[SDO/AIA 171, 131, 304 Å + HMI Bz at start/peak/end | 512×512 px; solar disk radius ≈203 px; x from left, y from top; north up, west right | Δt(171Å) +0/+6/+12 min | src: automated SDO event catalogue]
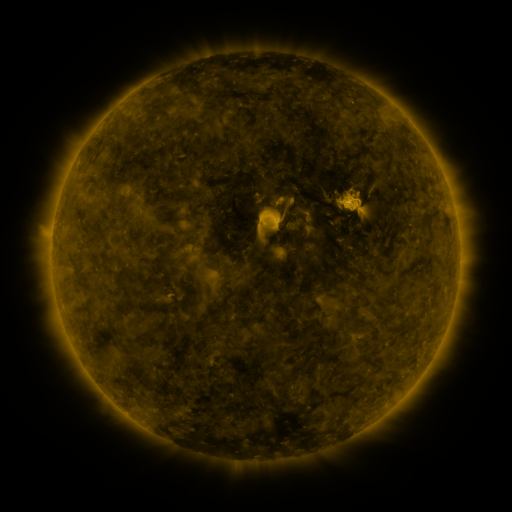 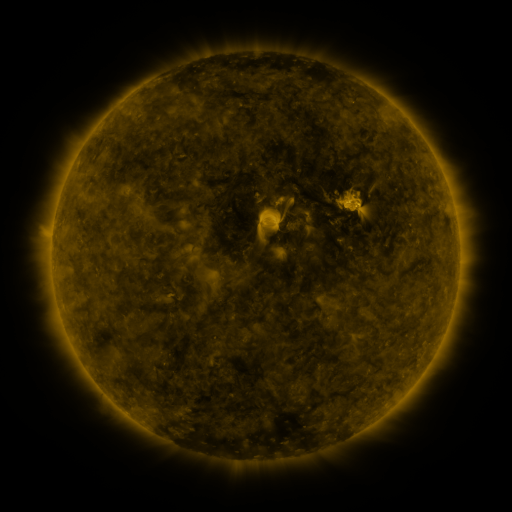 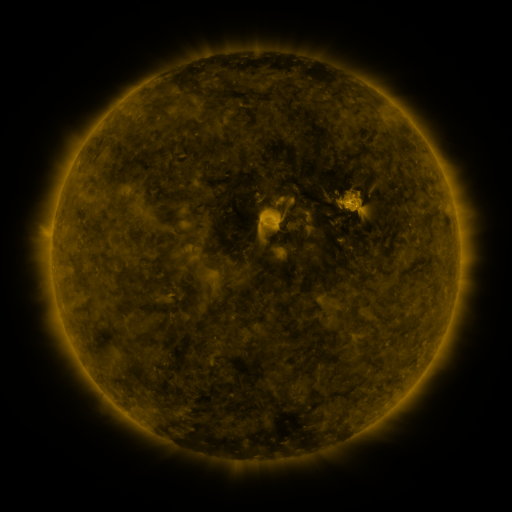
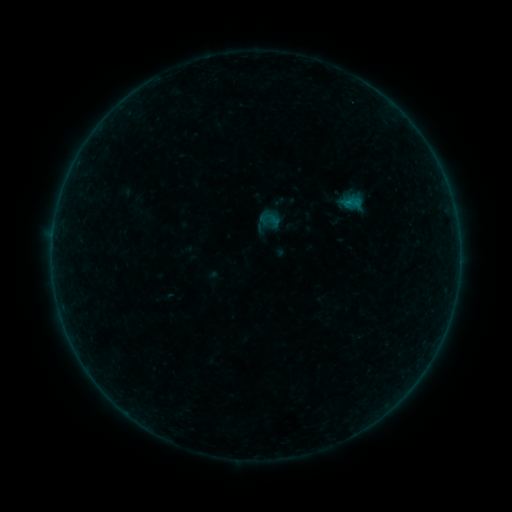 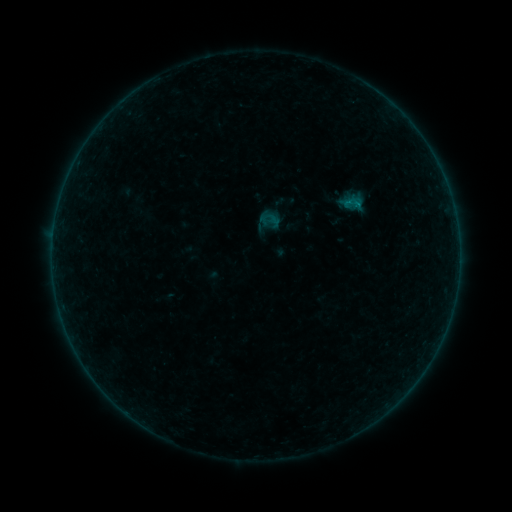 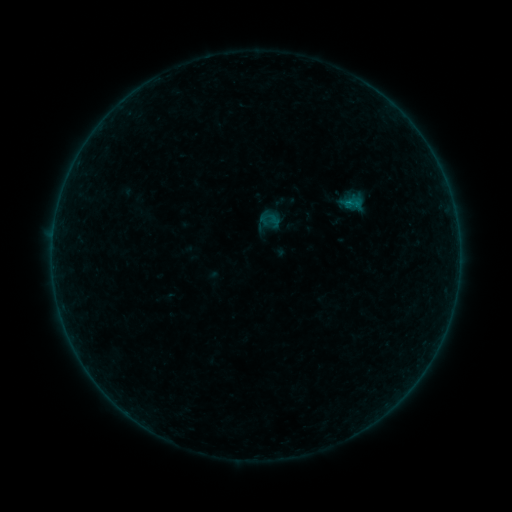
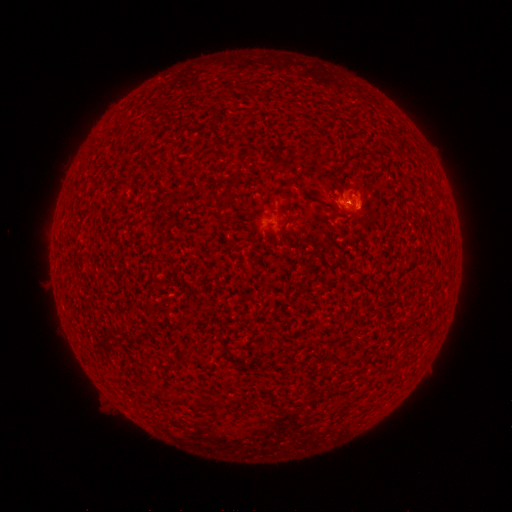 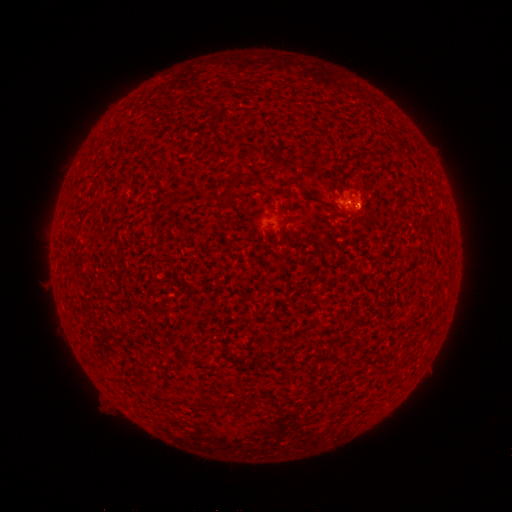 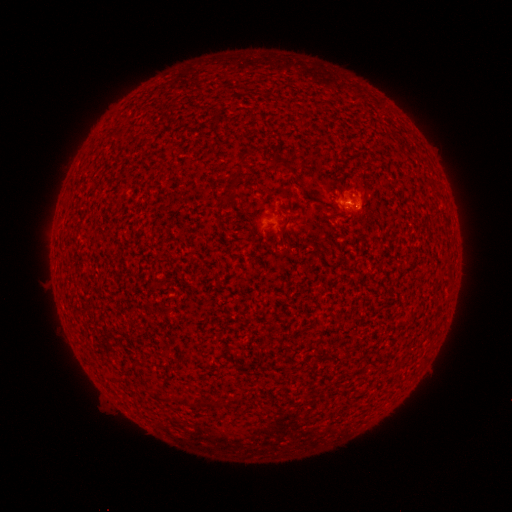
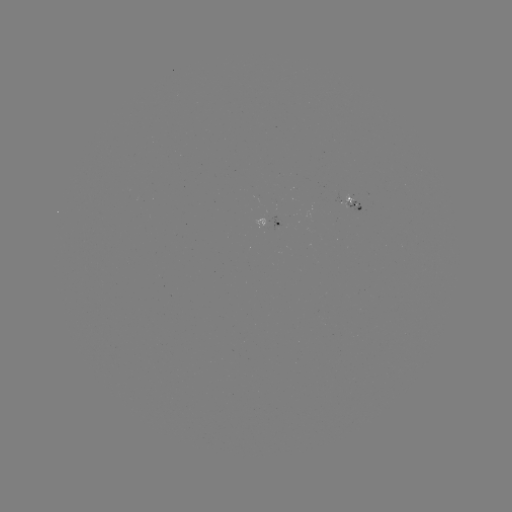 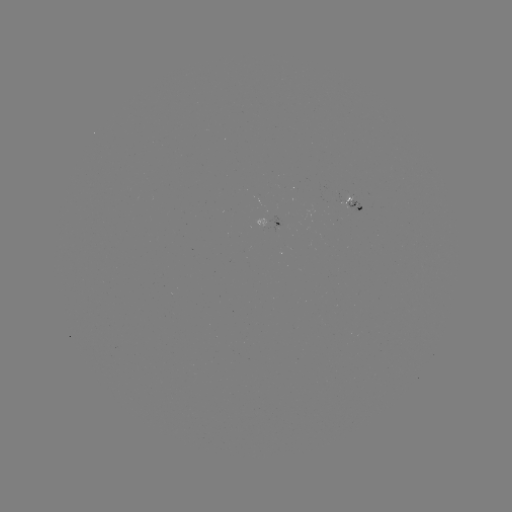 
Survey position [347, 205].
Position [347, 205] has B1.0 flare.